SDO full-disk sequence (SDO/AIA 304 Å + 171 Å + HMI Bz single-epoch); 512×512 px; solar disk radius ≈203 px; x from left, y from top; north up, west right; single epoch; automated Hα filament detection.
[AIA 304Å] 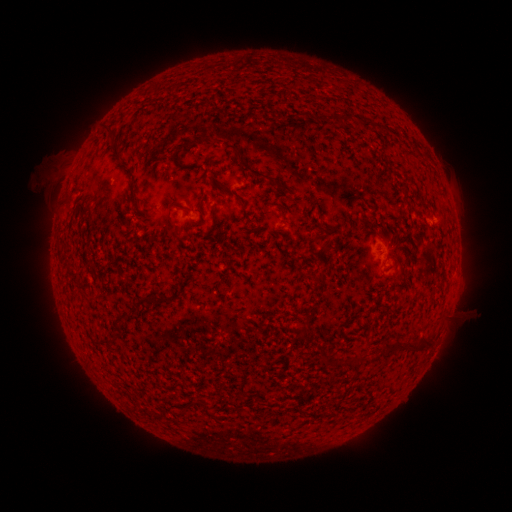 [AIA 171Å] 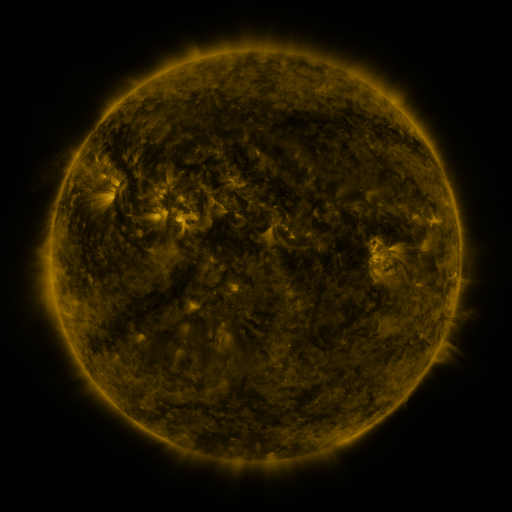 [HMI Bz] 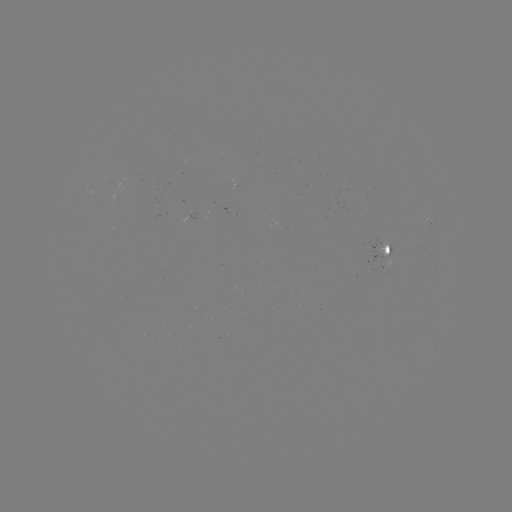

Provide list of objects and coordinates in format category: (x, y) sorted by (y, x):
filament: (368, 125)
filament: (206, 137)
filament: (248, 167)
filament: (285, 188)
filament: (200, 200)
filament: (213, 212)
filament: (171, 222)
filament: (145, 299)
filament: (133, 310)
filament: (424, 343)
filament: (385, 346)
filament: (404, 348)
filament: (323, 355)
